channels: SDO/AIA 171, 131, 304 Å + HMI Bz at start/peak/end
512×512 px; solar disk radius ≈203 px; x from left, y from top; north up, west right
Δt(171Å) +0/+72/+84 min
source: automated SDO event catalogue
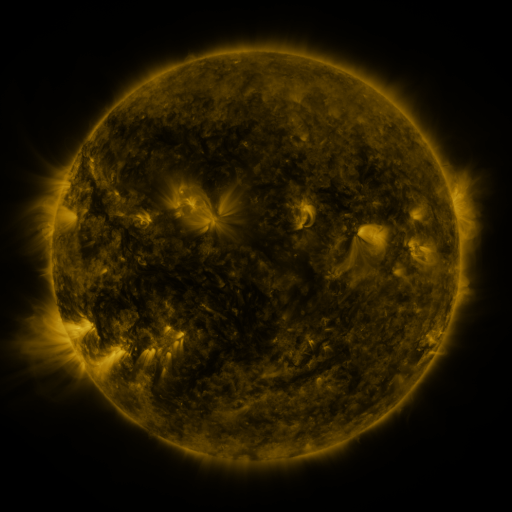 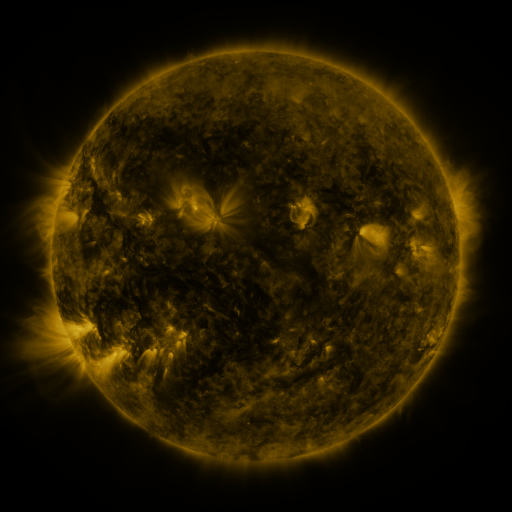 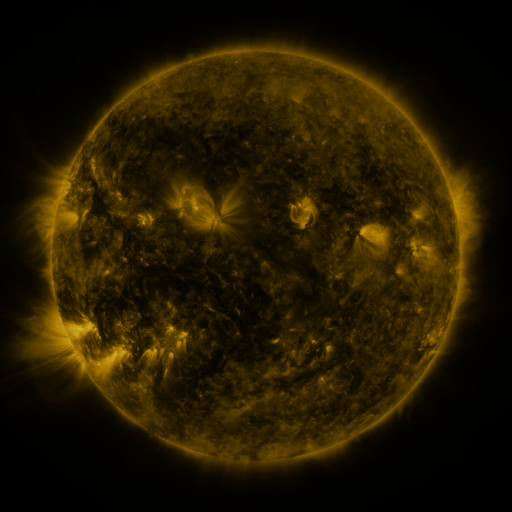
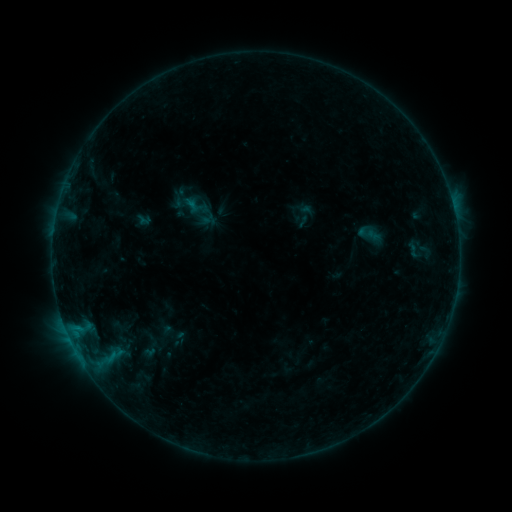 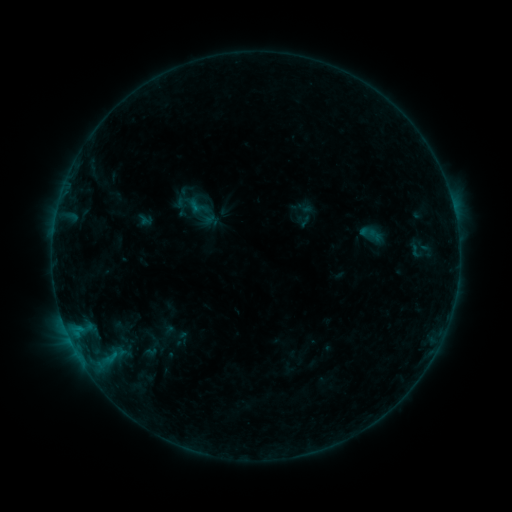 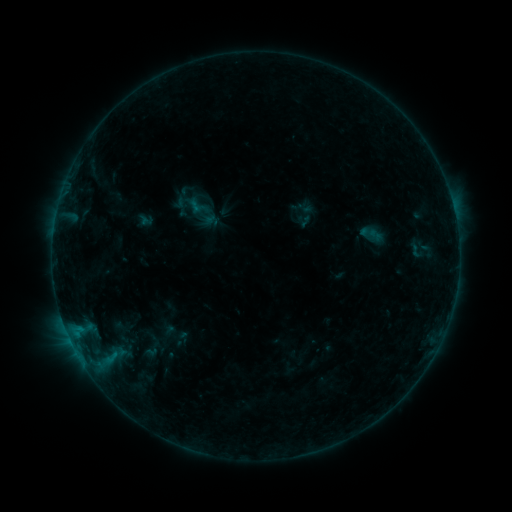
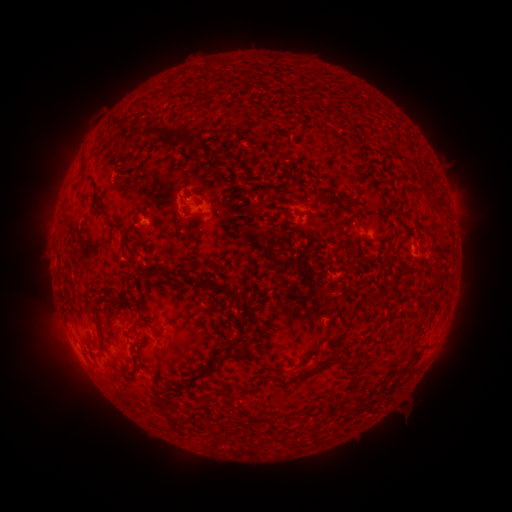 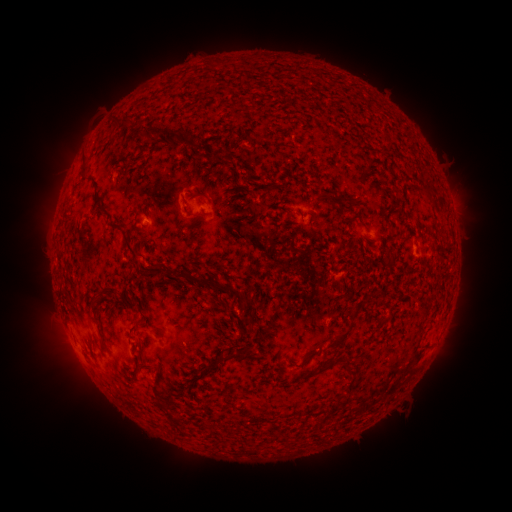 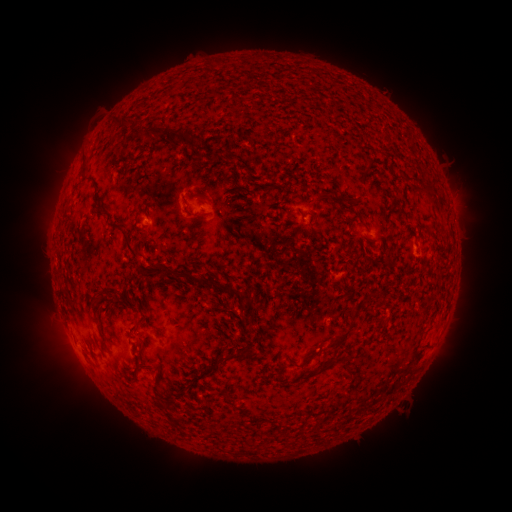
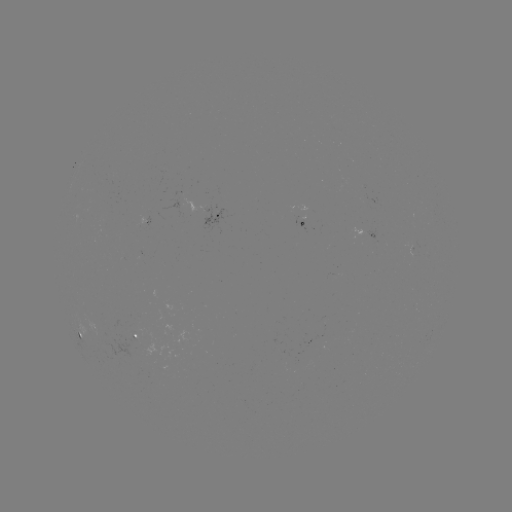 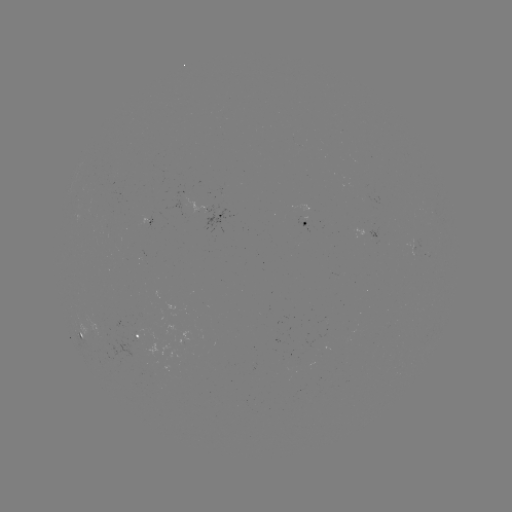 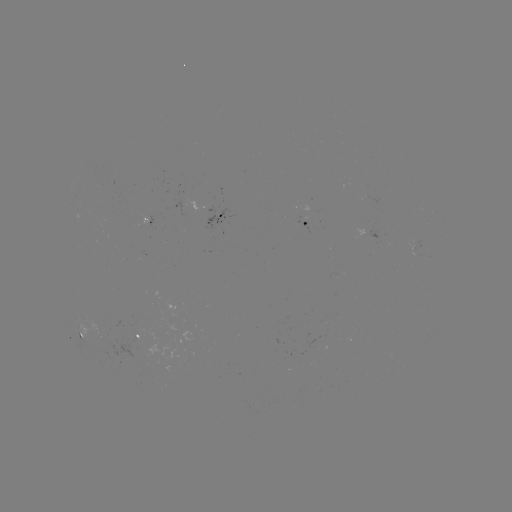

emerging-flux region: [141, 217, 148, 229]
